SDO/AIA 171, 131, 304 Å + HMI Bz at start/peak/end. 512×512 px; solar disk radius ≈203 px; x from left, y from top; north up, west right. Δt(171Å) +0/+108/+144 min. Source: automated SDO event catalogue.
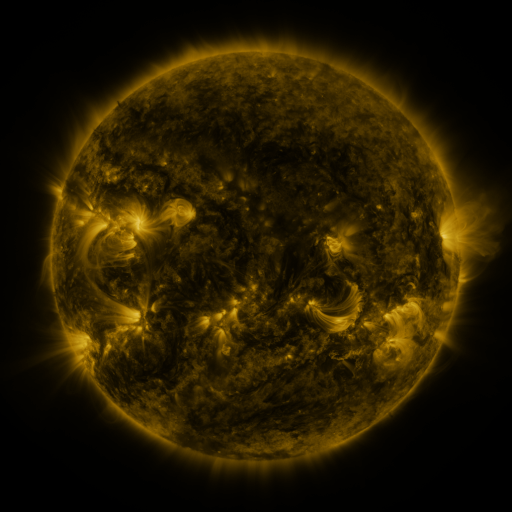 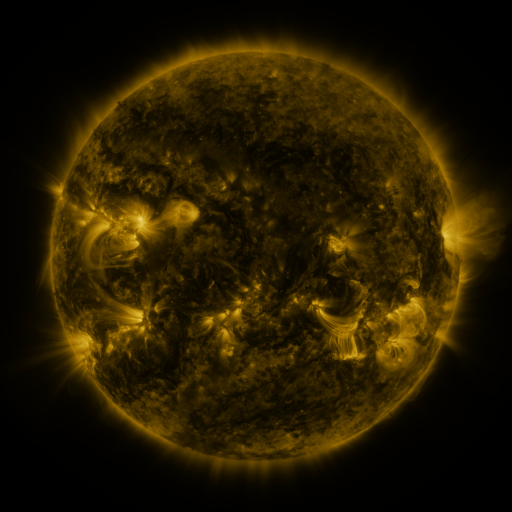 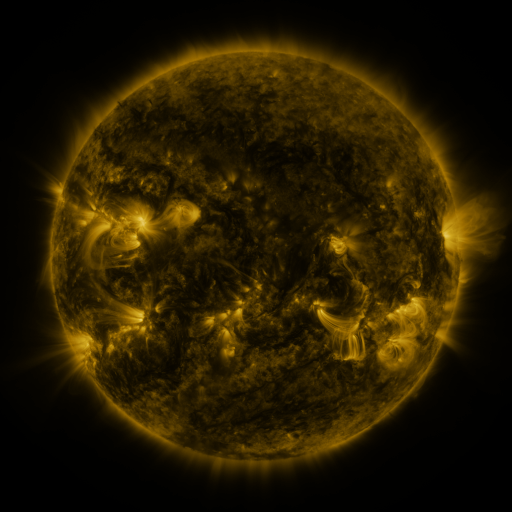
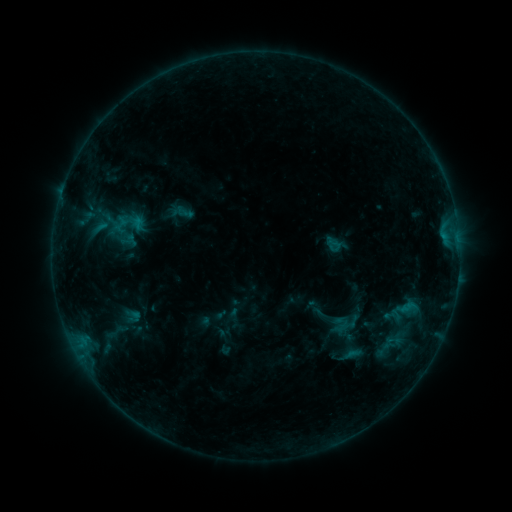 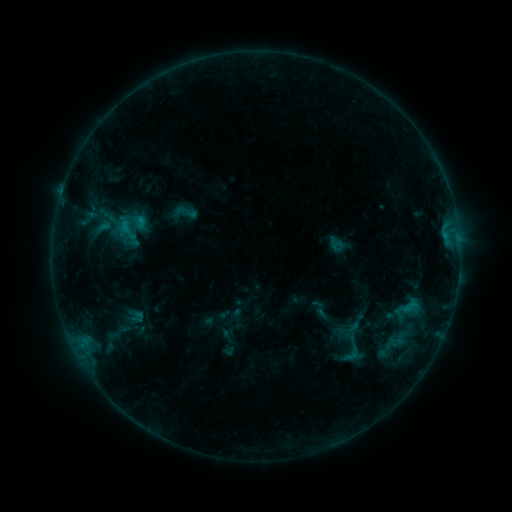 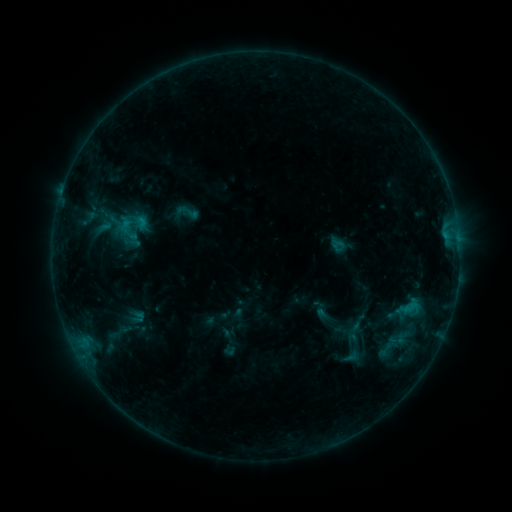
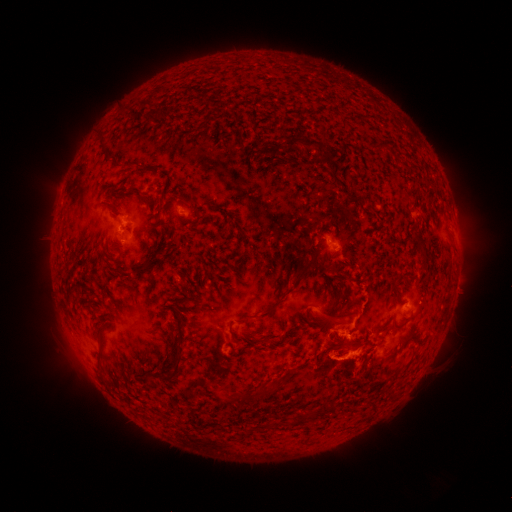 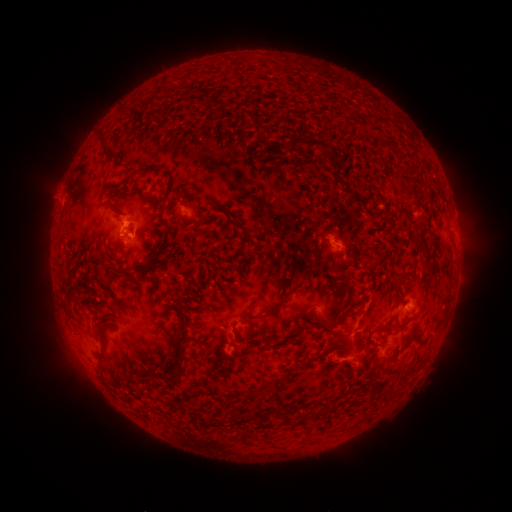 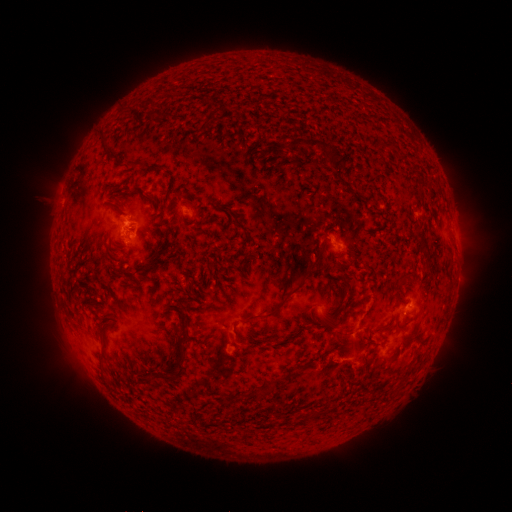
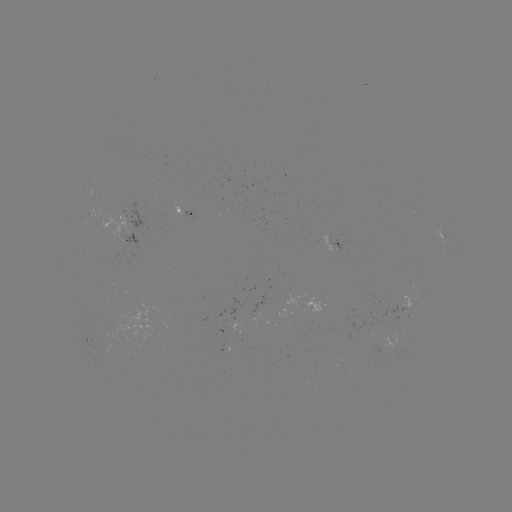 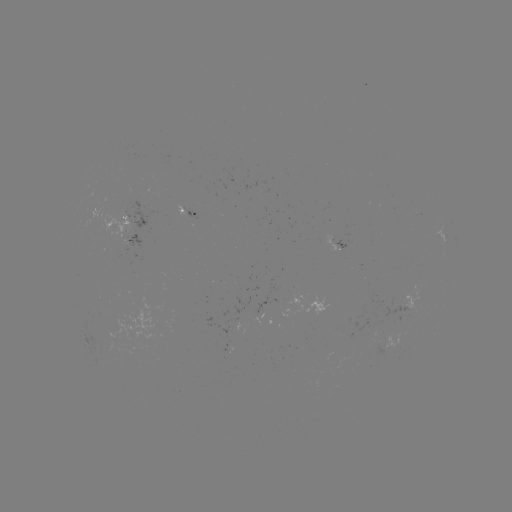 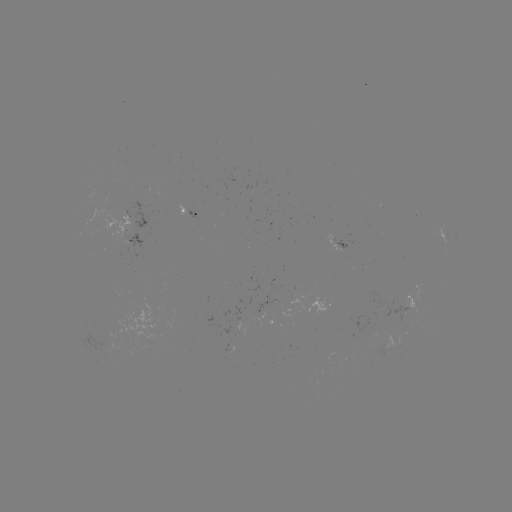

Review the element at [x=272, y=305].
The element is emerging-flux region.